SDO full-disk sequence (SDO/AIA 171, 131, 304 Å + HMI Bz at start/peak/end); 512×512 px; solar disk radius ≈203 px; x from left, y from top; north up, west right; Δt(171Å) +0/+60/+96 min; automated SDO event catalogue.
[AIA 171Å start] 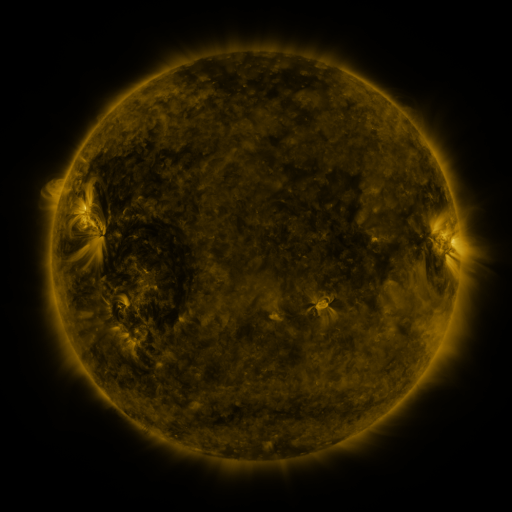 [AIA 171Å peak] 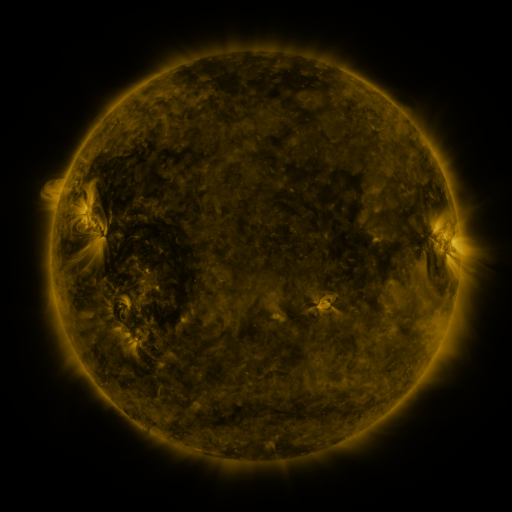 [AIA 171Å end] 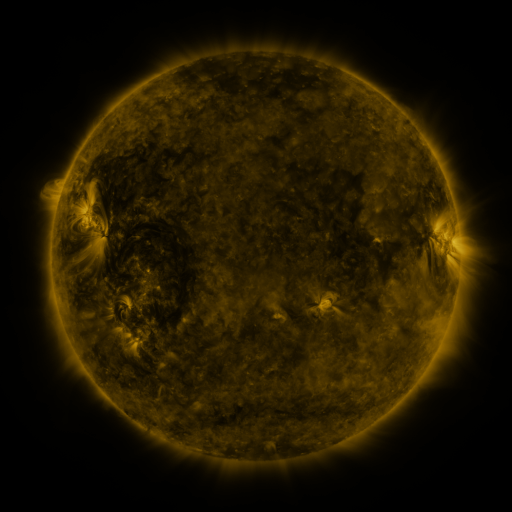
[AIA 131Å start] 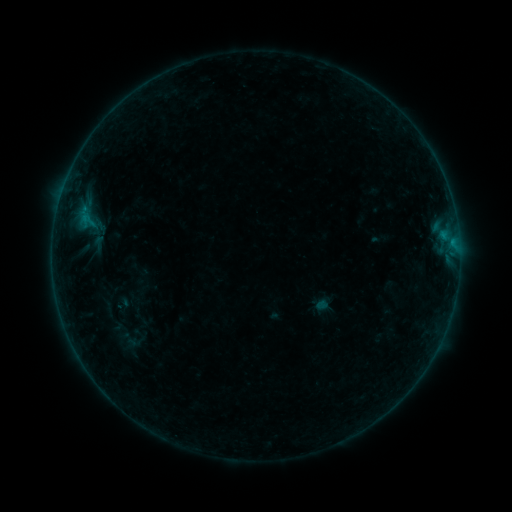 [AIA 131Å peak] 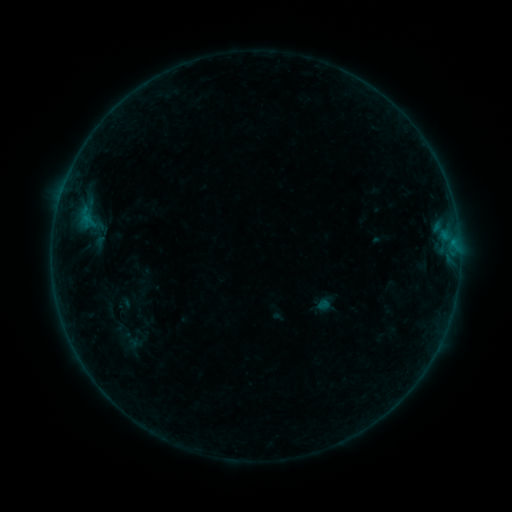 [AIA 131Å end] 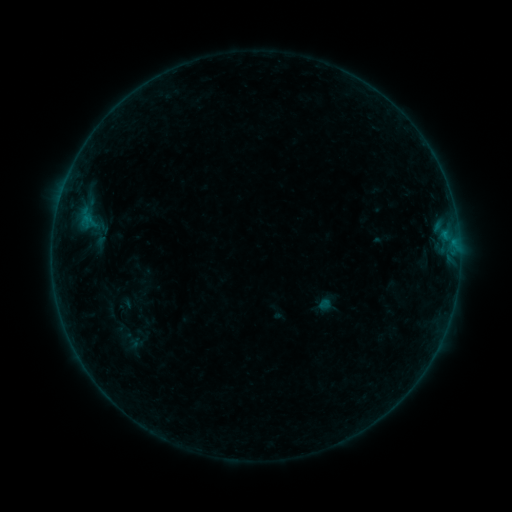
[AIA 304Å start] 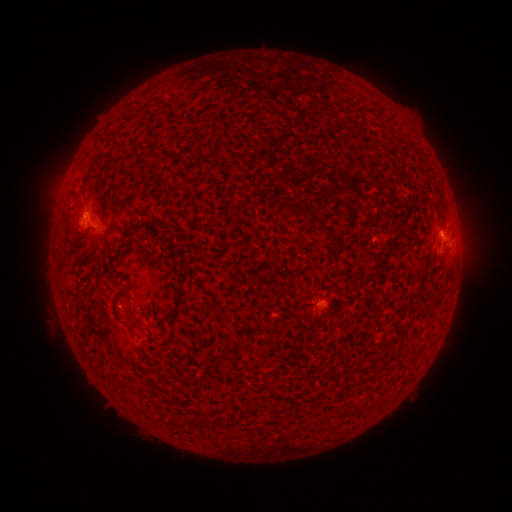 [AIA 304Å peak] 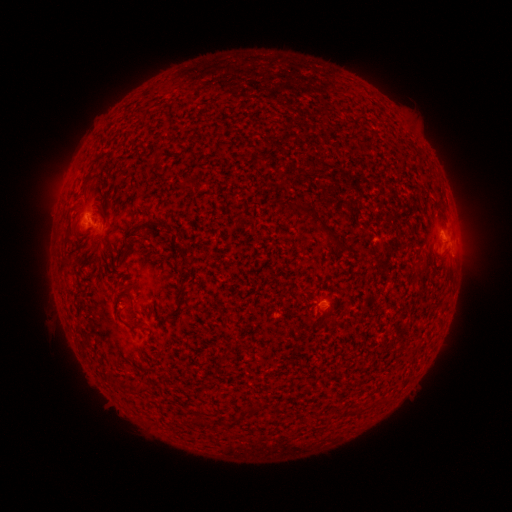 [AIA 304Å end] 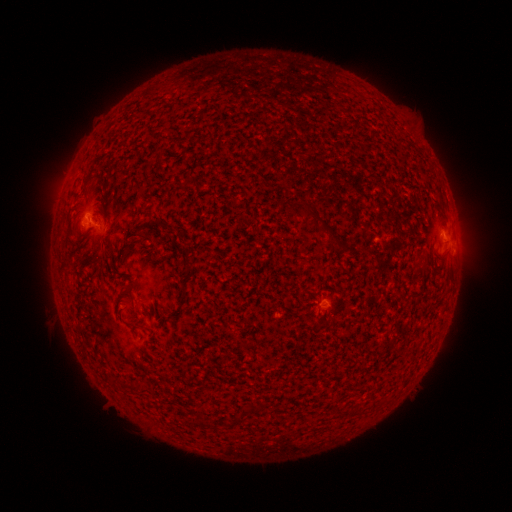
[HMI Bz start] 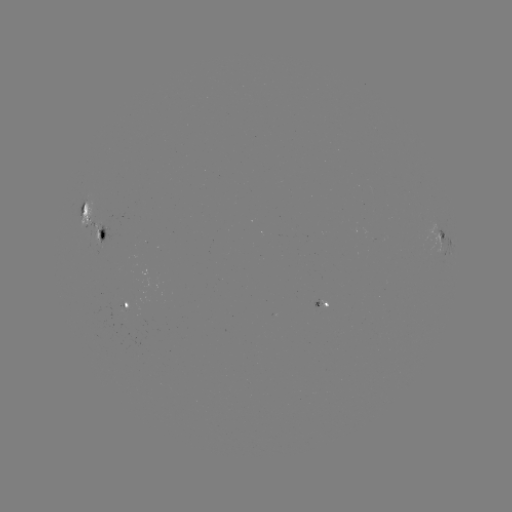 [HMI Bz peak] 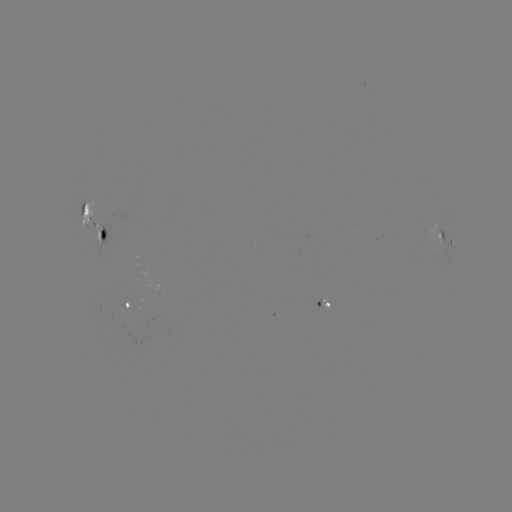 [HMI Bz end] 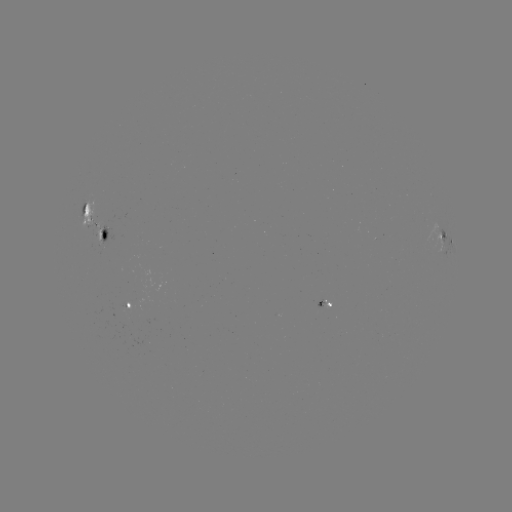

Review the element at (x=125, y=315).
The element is emerging-flux region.